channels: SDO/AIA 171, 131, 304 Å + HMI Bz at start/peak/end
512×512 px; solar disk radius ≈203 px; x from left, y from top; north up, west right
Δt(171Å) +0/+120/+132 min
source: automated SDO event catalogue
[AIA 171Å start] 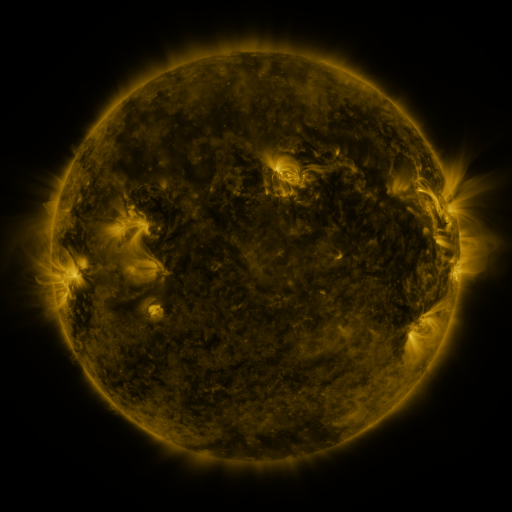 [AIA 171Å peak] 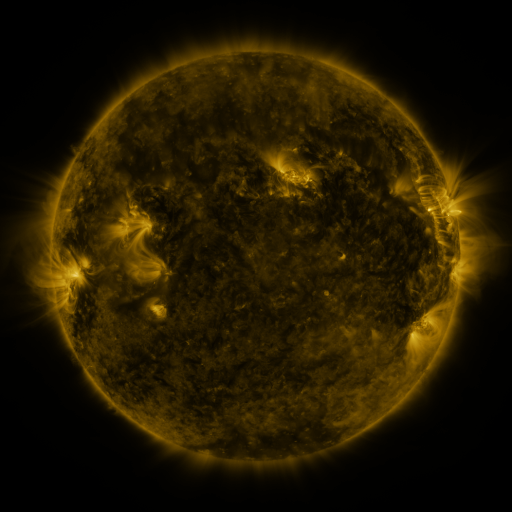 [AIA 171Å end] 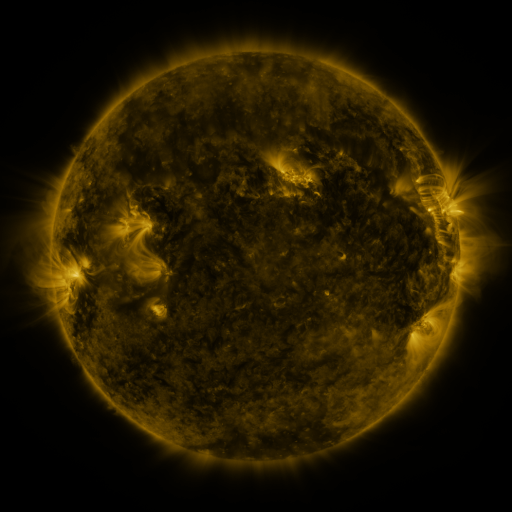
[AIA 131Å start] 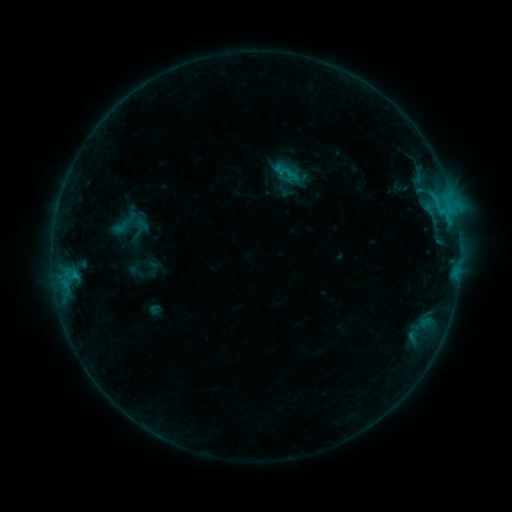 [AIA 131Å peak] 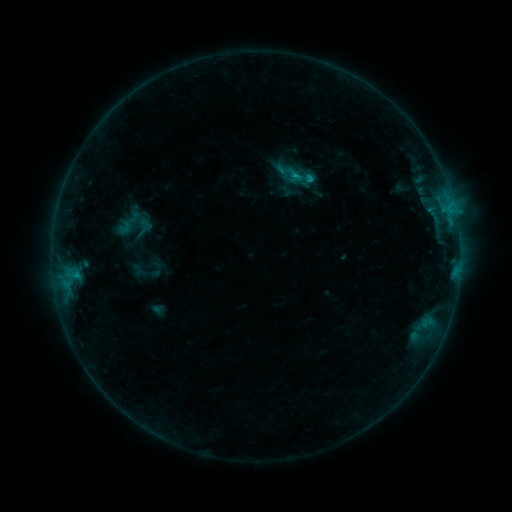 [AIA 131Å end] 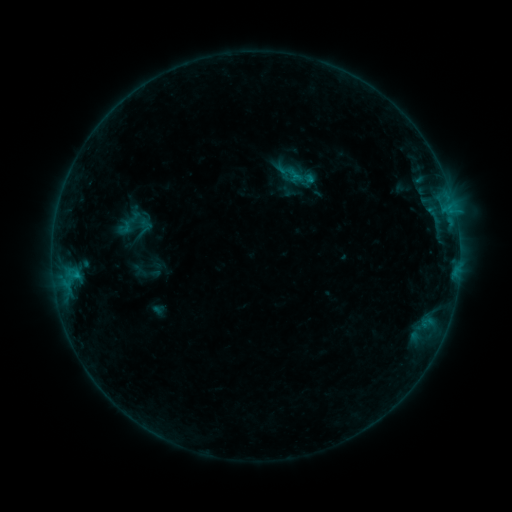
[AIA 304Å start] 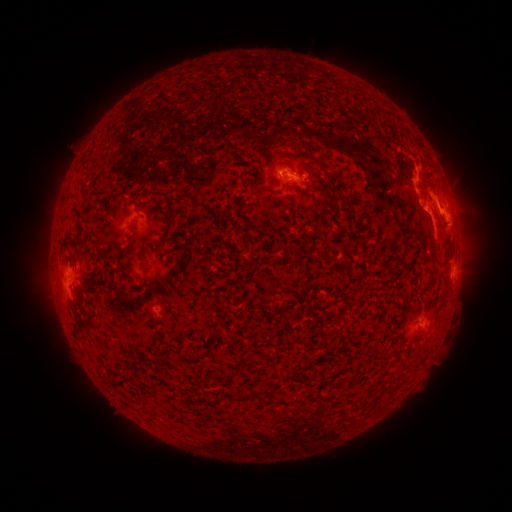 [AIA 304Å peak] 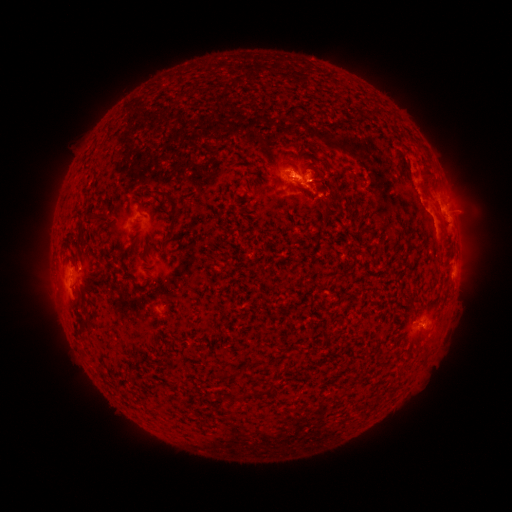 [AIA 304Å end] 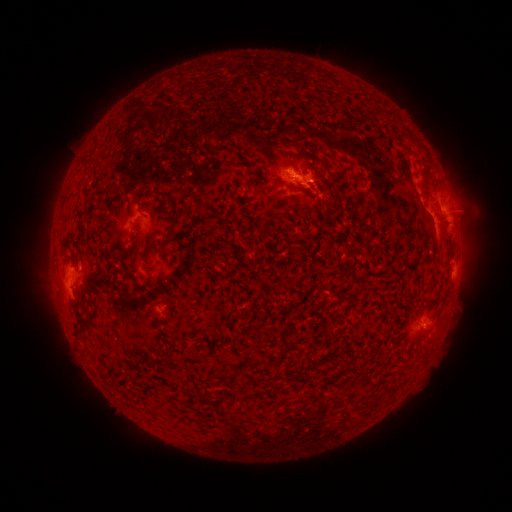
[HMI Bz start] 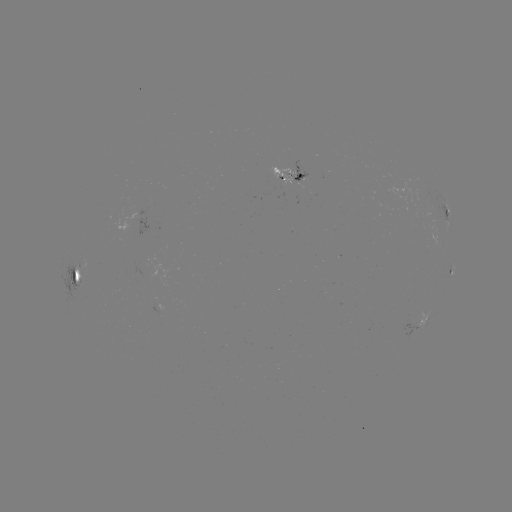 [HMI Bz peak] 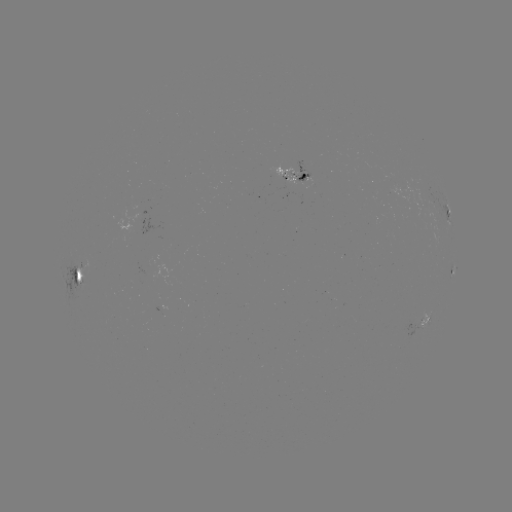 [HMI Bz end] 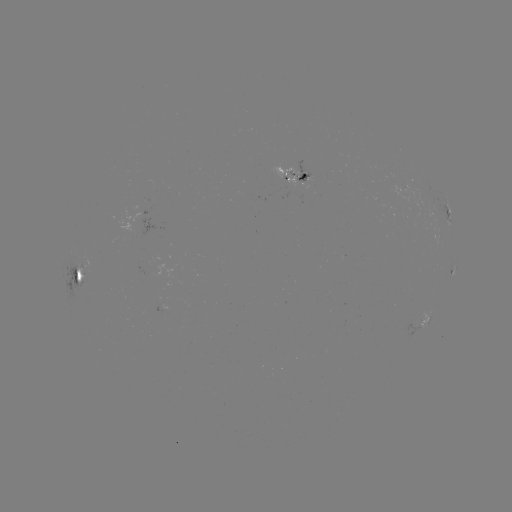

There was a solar emerging-flux region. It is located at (306, 178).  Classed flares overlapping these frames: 3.